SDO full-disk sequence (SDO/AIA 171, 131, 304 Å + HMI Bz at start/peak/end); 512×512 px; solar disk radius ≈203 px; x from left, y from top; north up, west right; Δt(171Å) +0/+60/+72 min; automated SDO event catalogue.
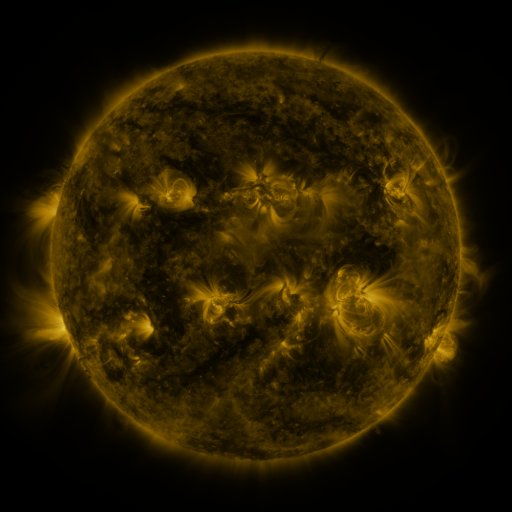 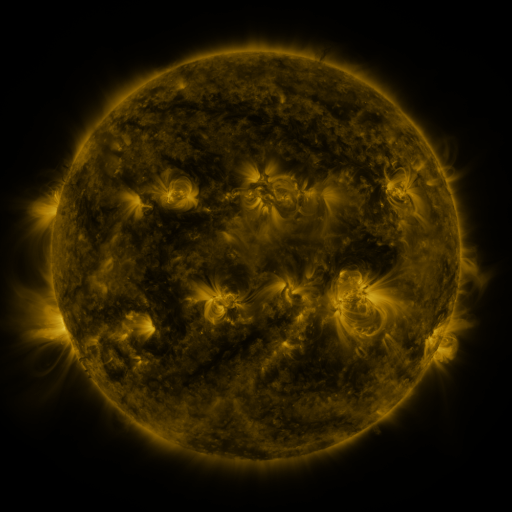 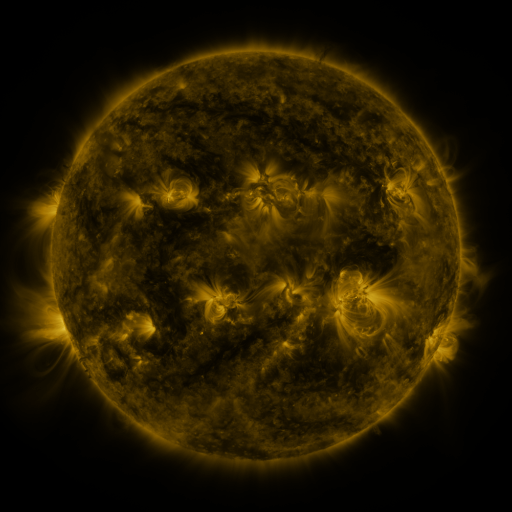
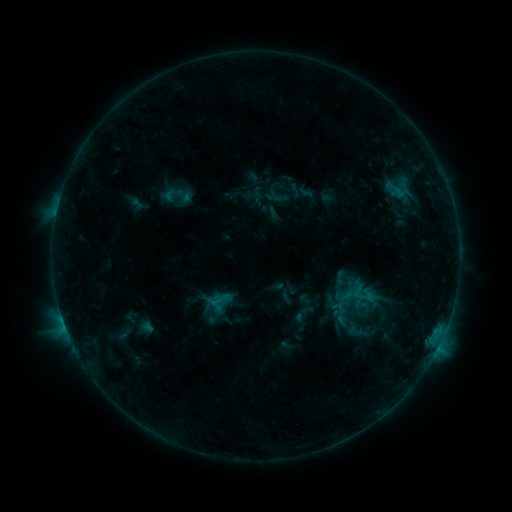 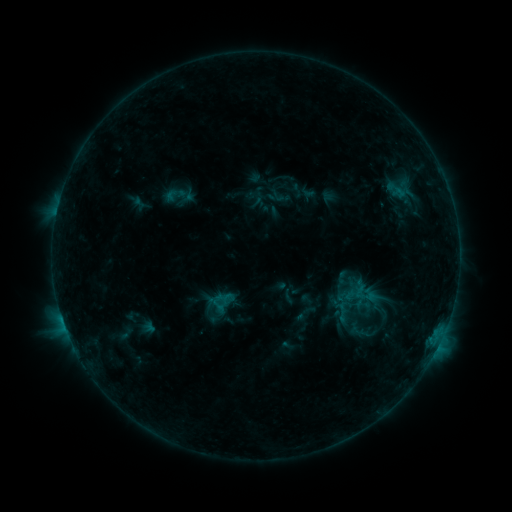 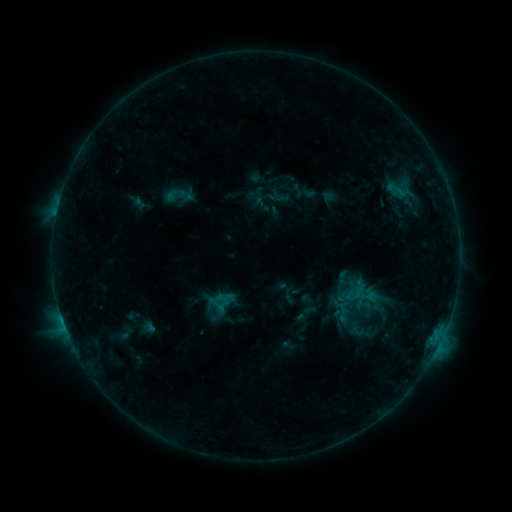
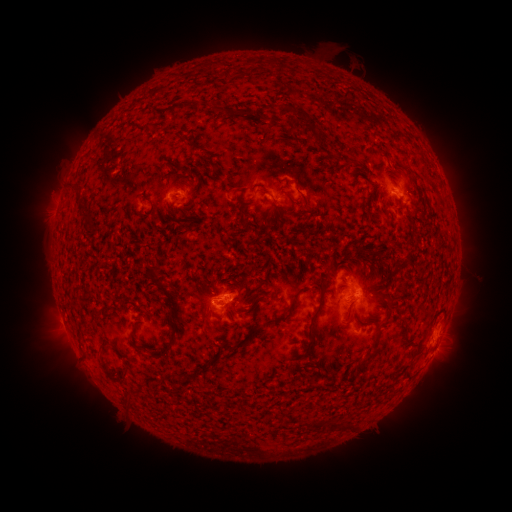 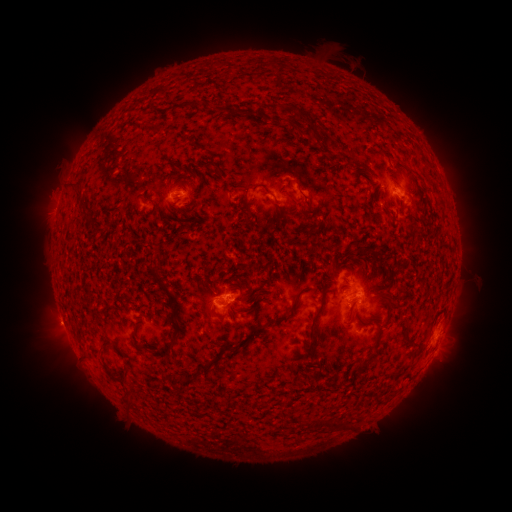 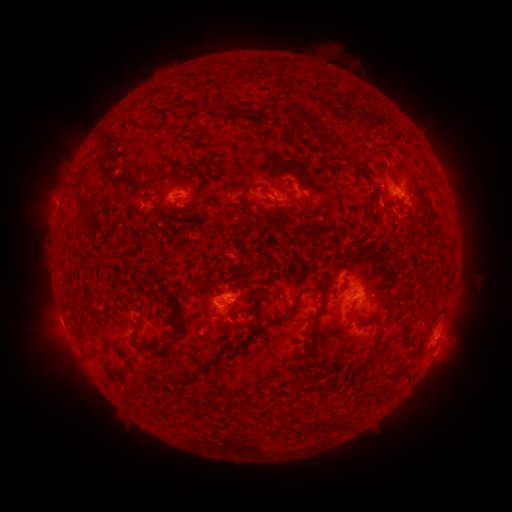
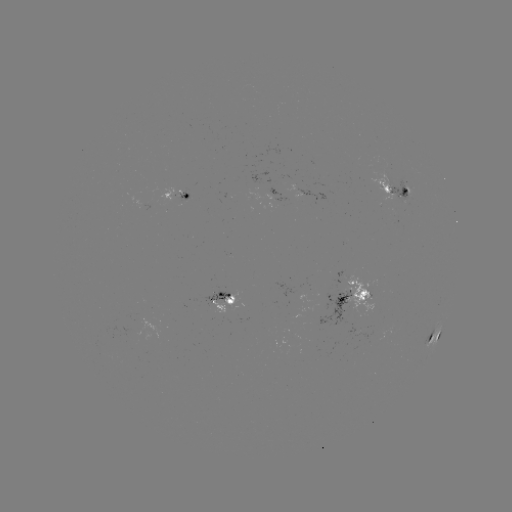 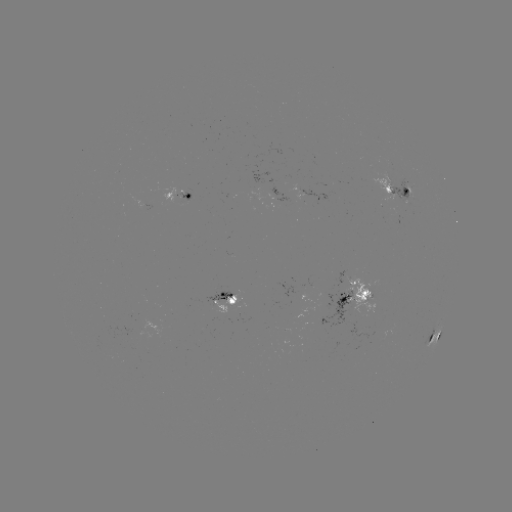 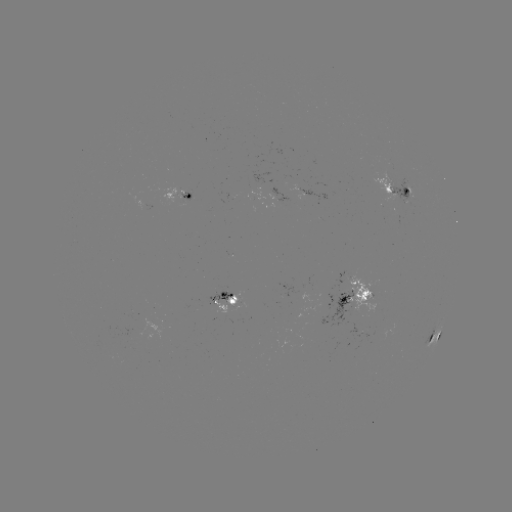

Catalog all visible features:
emerging-flux region: (404, 196)
